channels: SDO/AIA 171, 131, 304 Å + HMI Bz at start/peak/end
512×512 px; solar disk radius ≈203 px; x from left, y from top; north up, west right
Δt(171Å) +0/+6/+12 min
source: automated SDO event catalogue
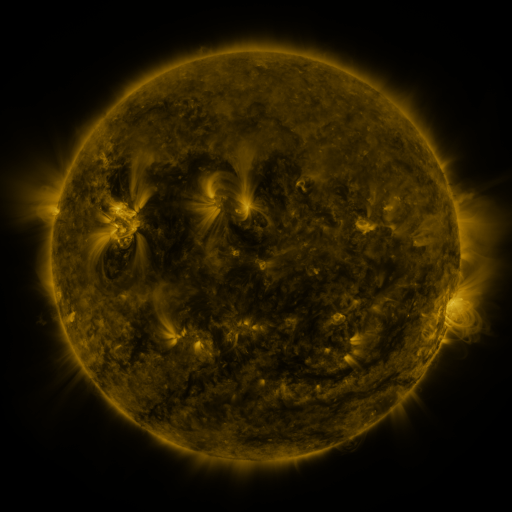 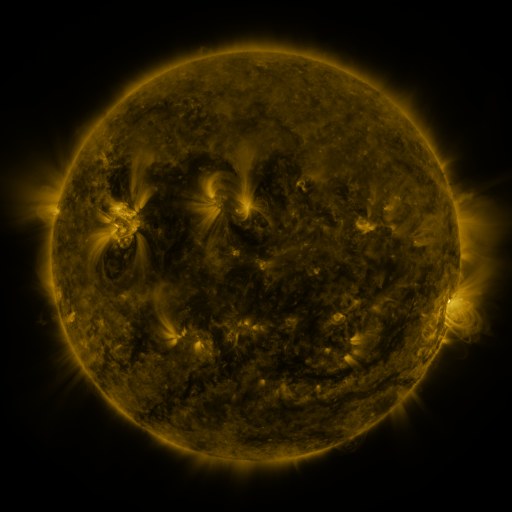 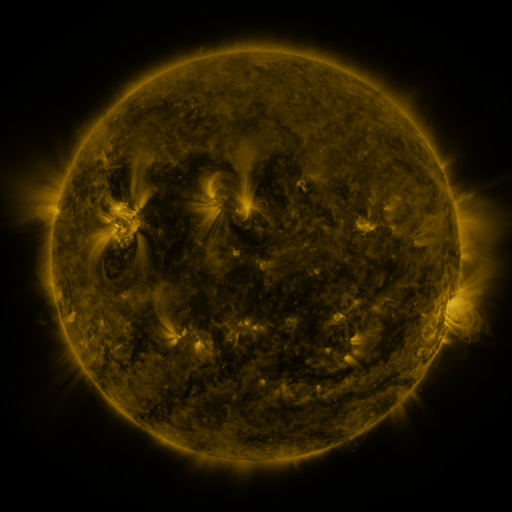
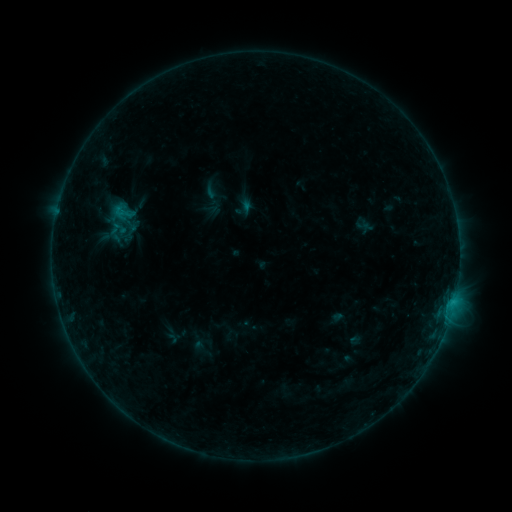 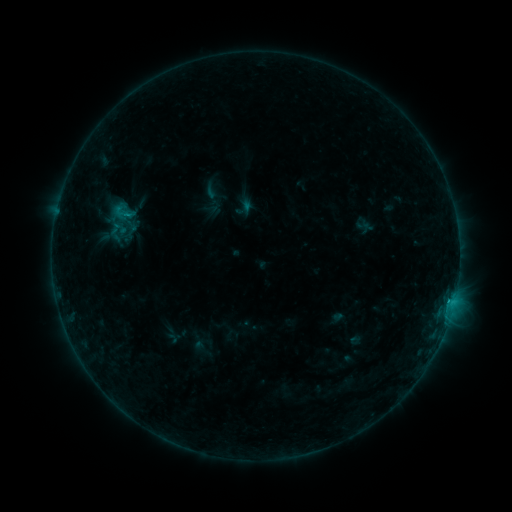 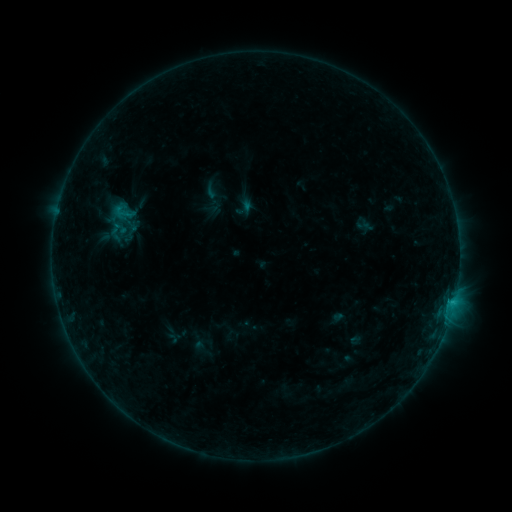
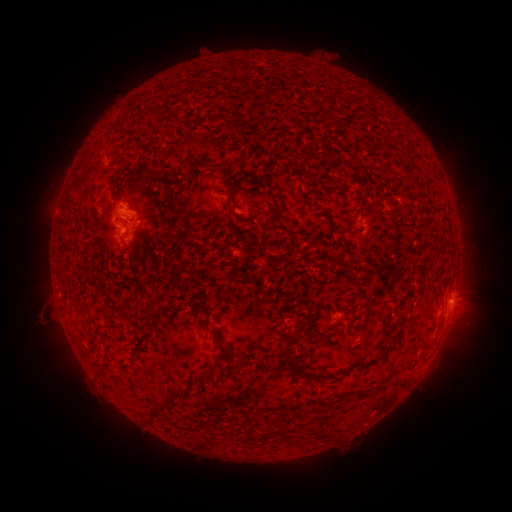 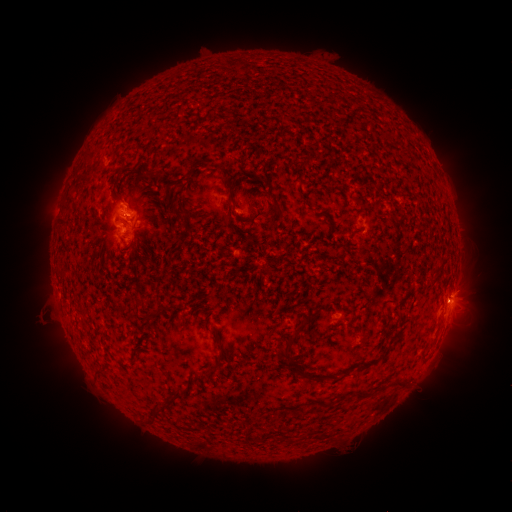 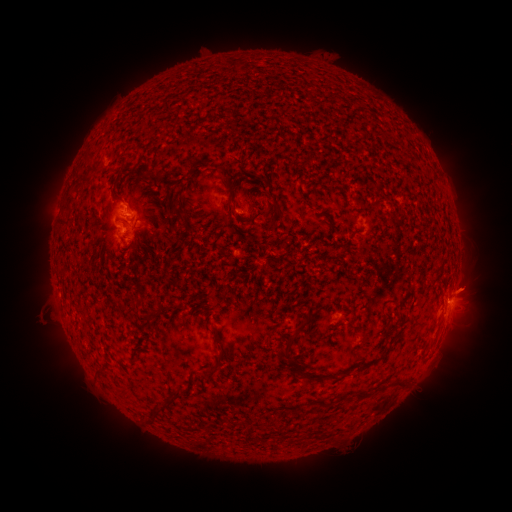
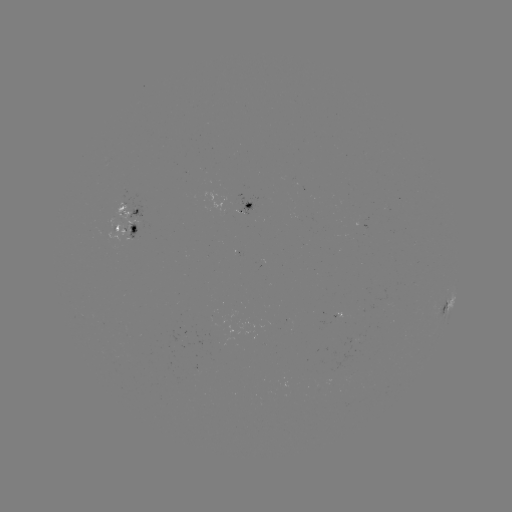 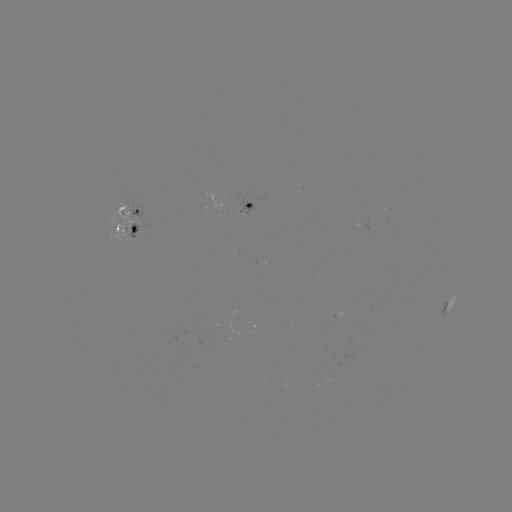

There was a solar eruption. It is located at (470, 289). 